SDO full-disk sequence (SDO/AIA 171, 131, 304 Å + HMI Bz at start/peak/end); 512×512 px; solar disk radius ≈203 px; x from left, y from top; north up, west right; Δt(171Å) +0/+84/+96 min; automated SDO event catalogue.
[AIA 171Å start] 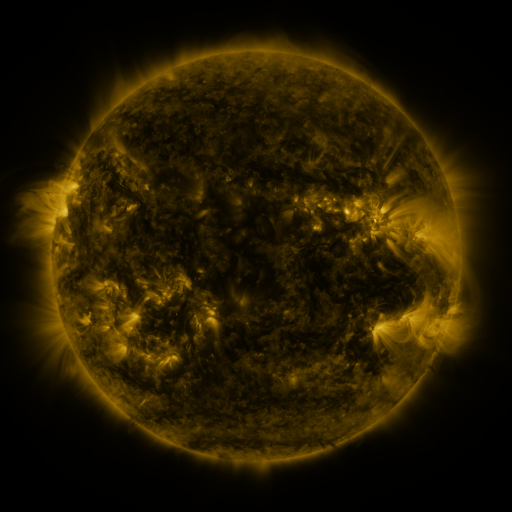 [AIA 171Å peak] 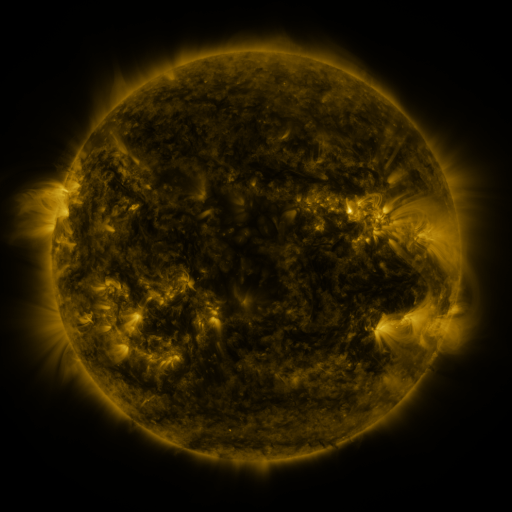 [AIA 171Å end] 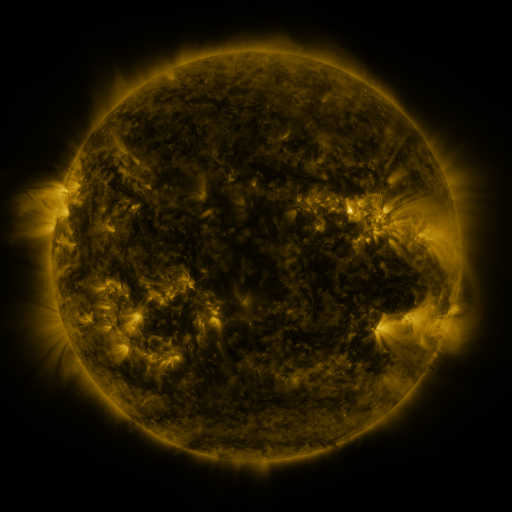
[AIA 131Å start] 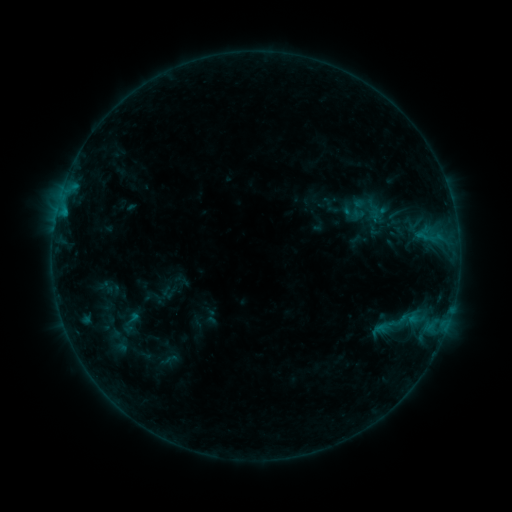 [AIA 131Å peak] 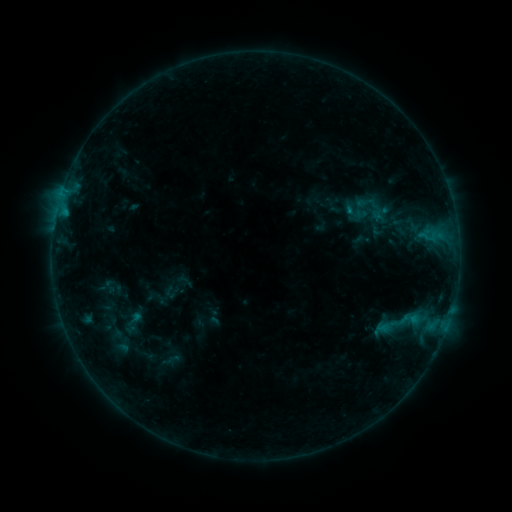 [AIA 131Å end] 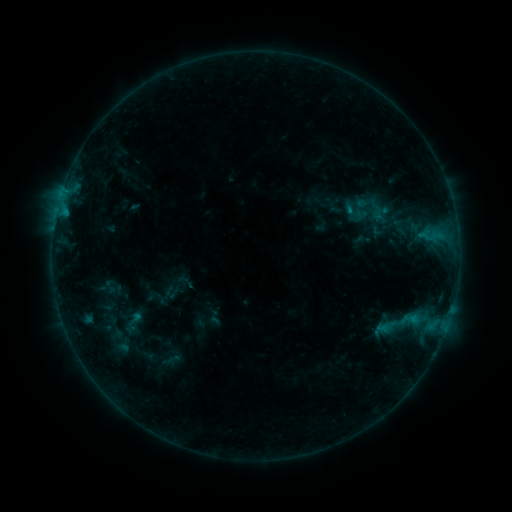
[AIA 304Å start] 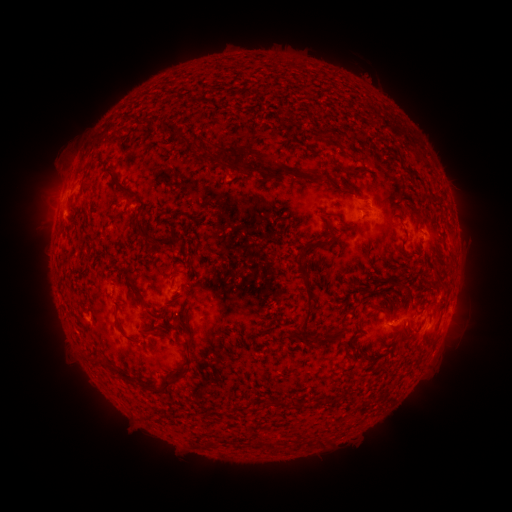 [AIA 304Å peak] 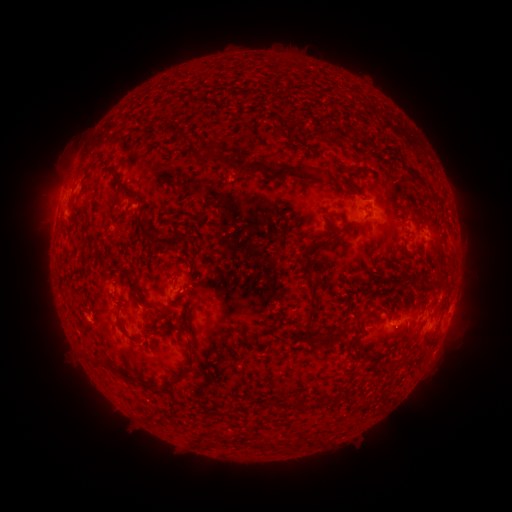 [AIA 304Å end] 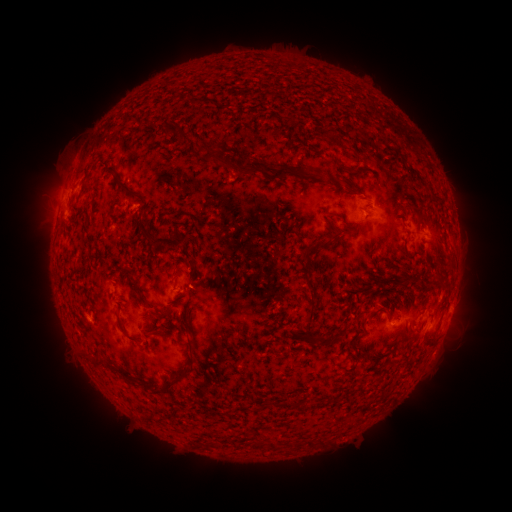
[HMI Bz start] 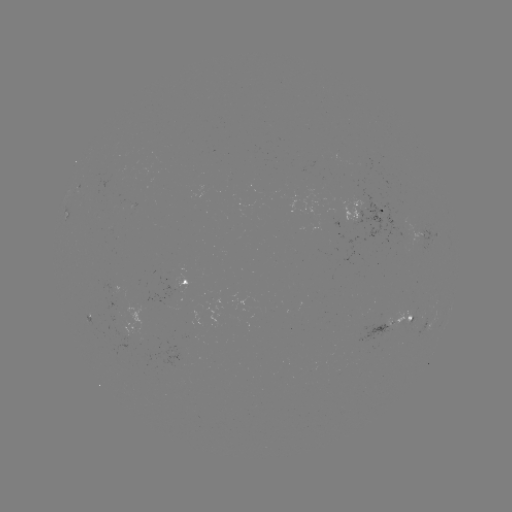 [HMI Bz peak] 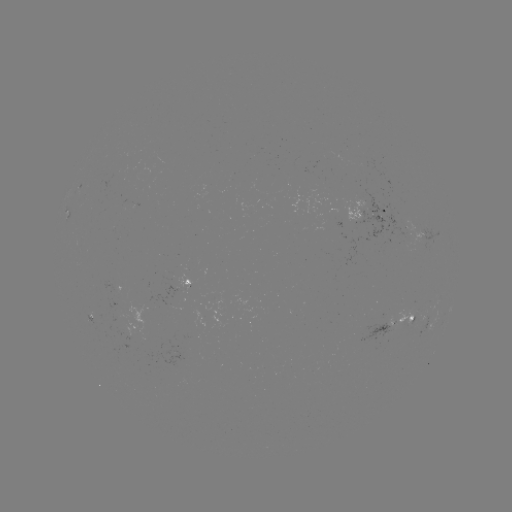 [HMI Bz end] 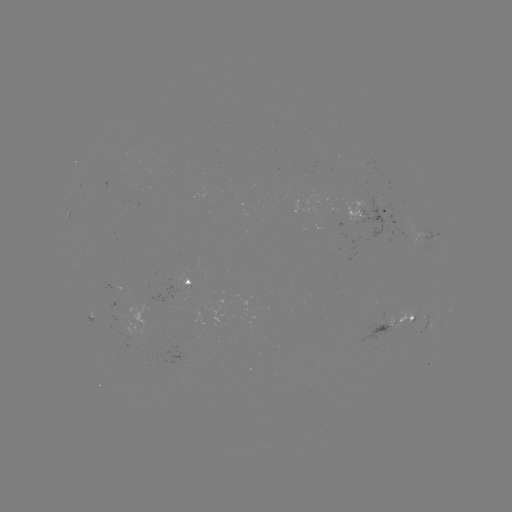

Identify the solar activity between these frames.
emerging-flux region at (386, 213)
